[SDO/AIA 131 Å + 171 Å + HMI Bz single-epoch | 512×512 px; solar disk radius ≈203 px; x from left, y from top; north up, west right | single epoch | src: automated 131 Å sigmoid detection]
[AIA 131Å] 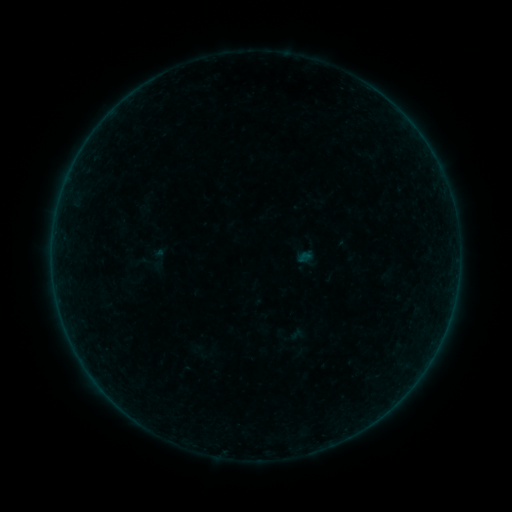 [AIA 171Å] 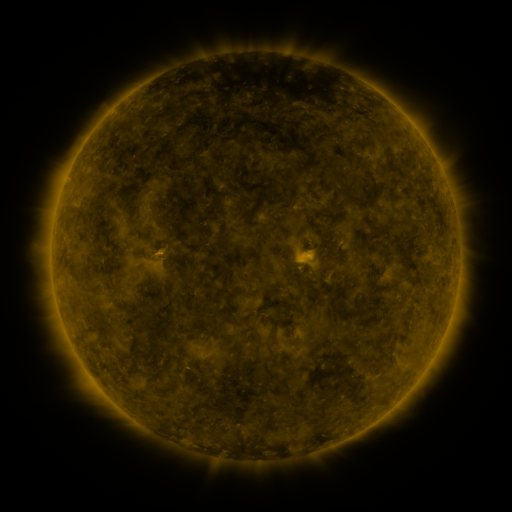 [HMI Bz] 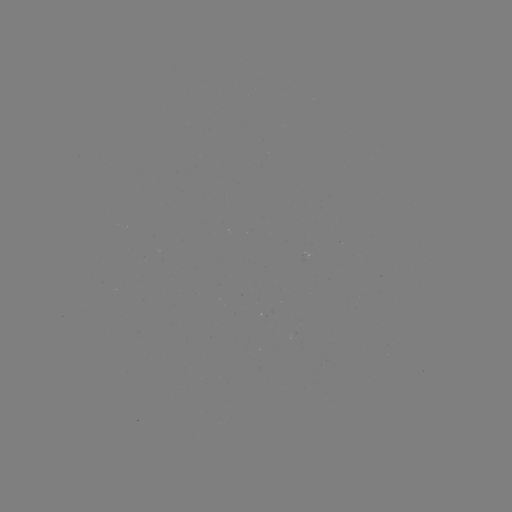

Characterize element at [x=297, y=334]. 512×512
sigmoid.